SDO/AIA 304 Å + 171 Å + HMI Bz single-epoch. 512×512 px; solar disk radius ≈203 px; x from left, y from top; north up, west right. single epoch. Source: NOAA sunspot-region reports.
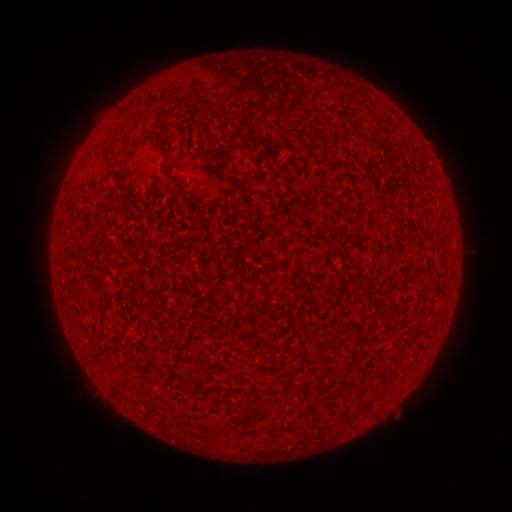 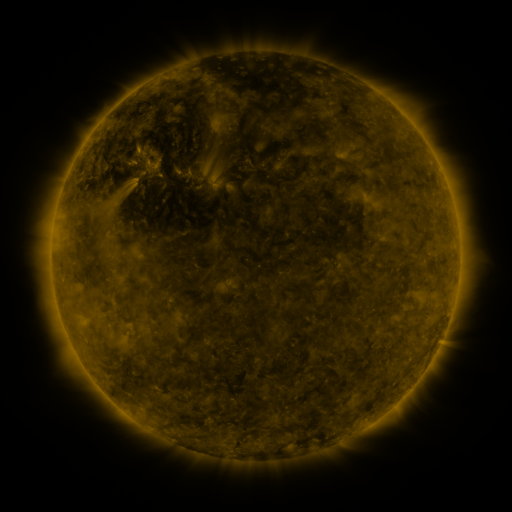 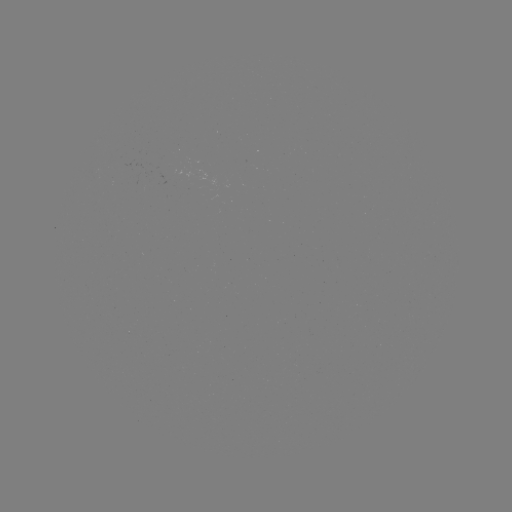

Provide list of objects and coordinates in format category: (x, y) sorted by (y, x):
(none)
